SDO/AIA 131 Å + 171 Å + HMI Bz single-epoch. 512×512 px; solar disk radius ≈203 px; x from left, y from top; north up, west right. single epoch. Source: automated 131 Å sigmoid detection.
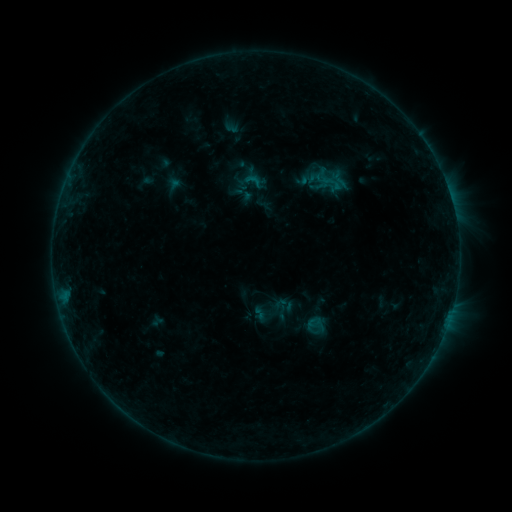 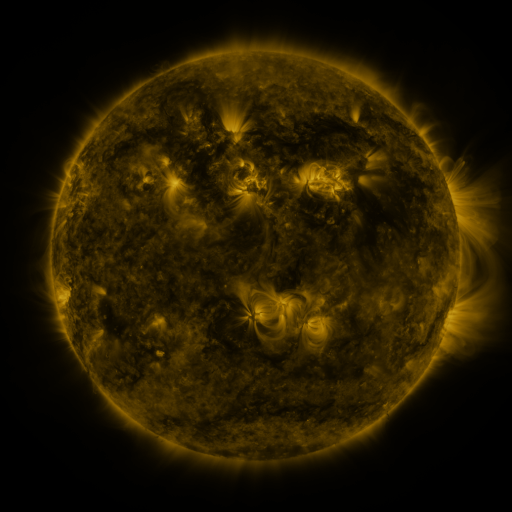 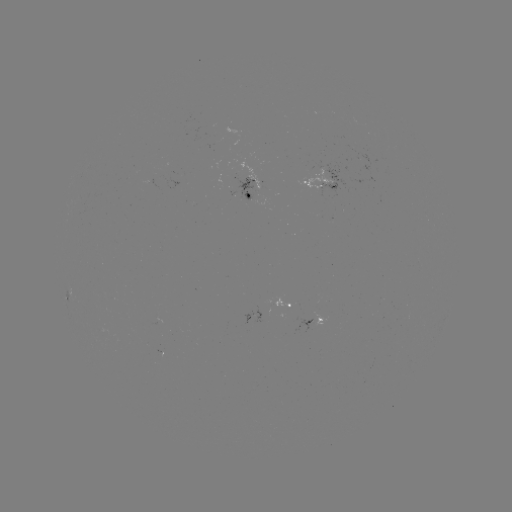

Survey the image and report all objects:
sigmoid: (244, 172, 262, 190)
sigmoid: (305, 313, 326, 336)
